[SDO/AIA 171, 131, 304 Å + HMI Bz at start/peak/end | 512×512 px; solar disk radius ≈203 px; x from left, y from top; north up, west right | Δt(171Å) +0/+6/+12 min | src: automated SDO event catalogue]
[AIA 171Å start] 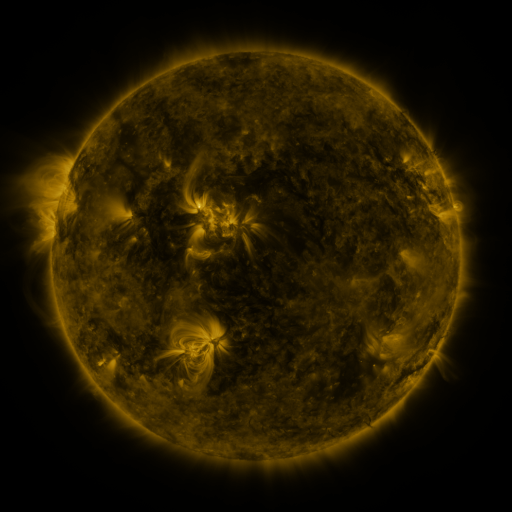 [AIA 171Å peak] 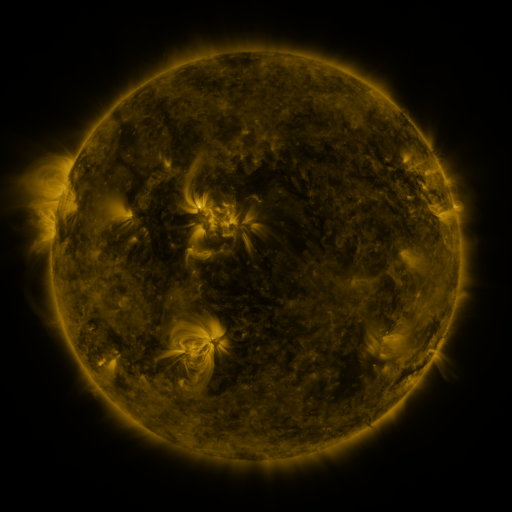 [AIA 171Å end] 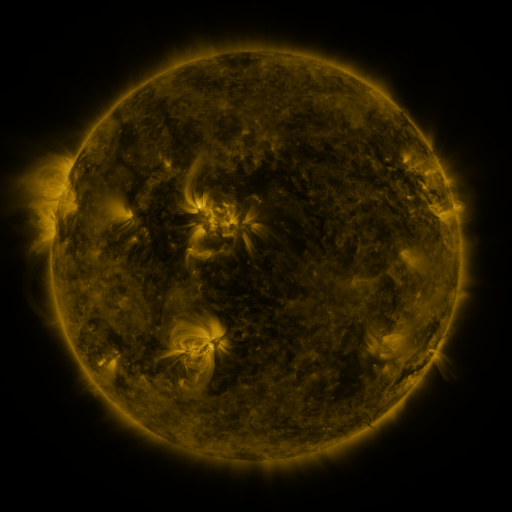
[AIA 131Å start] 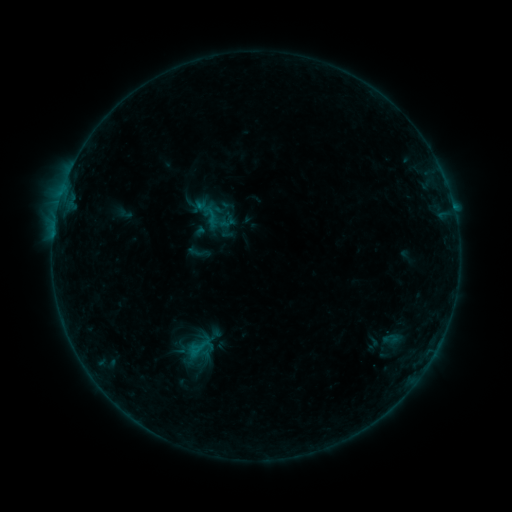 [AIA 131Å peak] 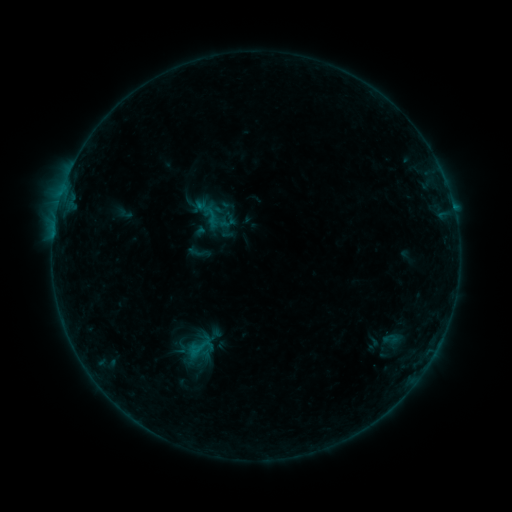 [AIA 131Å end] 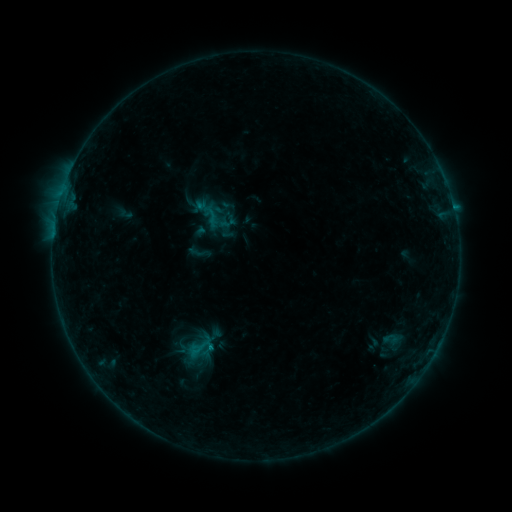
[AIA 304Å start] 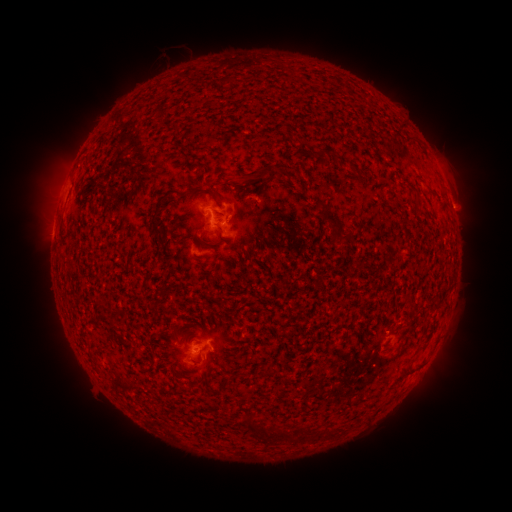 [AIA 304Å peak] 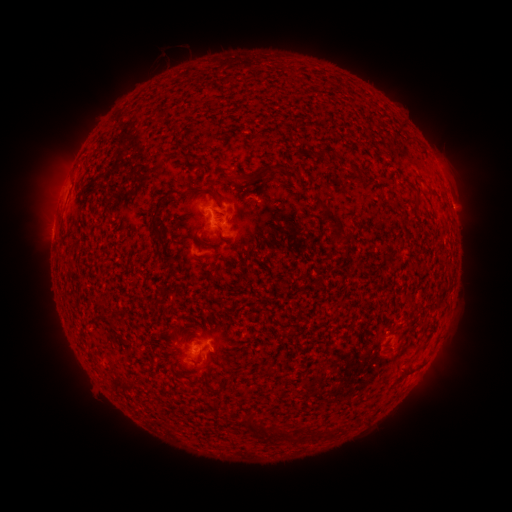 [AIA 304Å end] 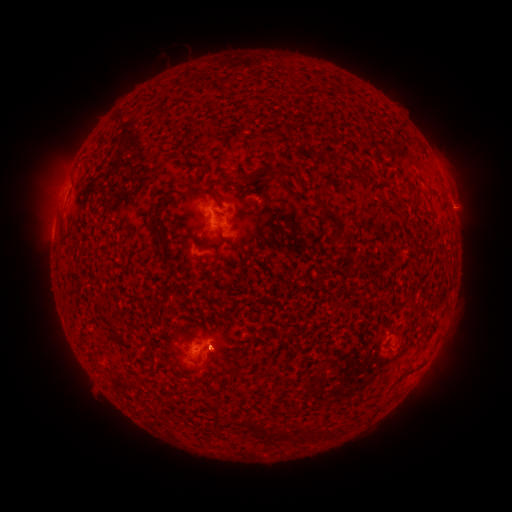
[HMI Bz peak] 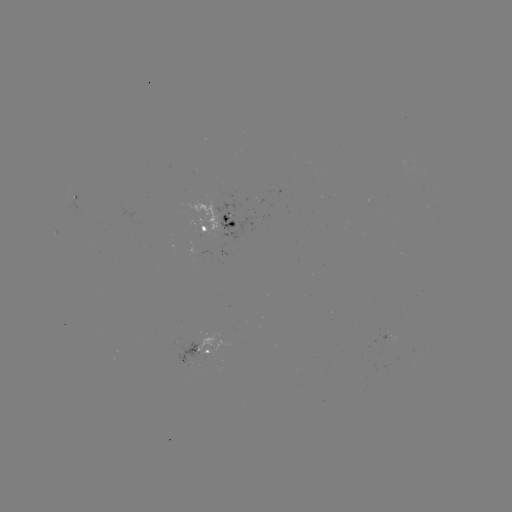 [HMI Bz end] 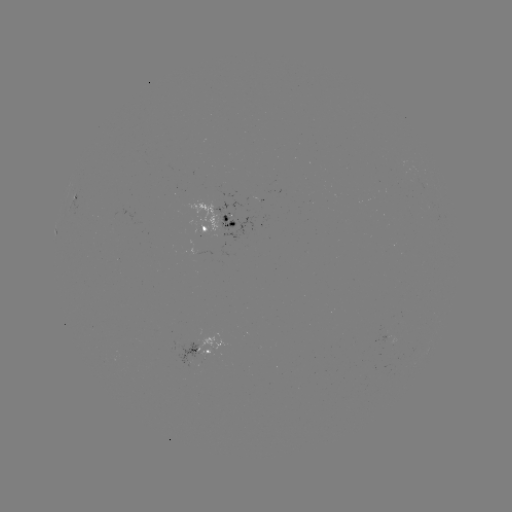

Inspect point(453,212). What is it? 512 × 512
B4.3 flare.